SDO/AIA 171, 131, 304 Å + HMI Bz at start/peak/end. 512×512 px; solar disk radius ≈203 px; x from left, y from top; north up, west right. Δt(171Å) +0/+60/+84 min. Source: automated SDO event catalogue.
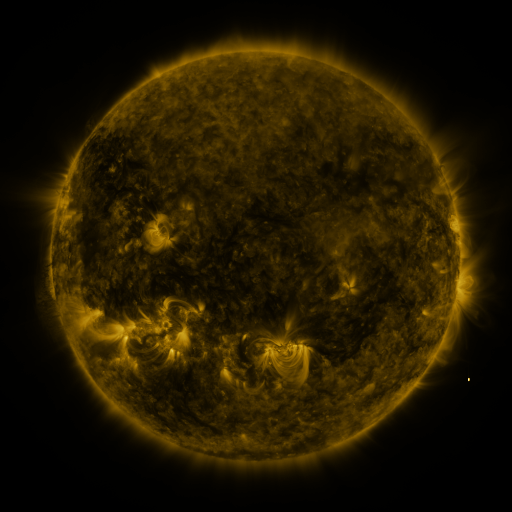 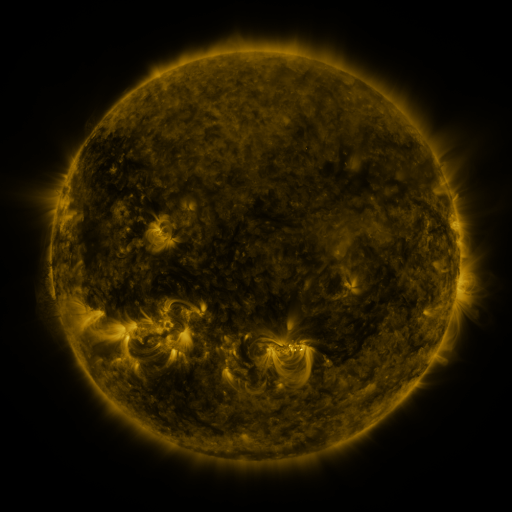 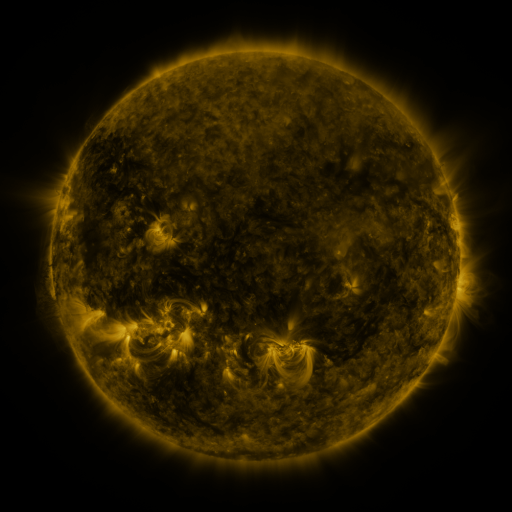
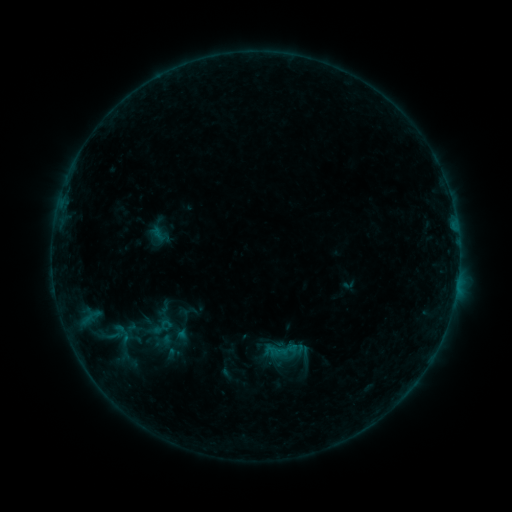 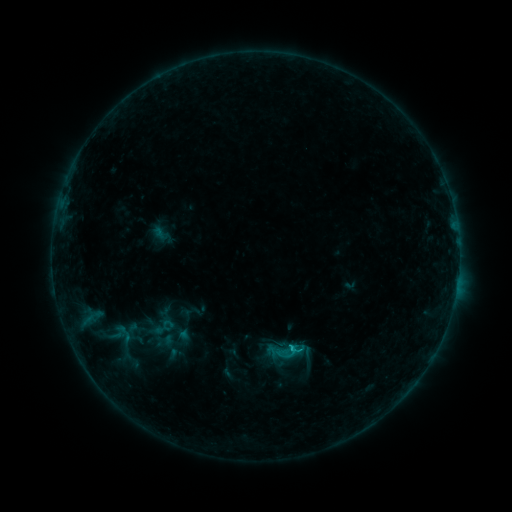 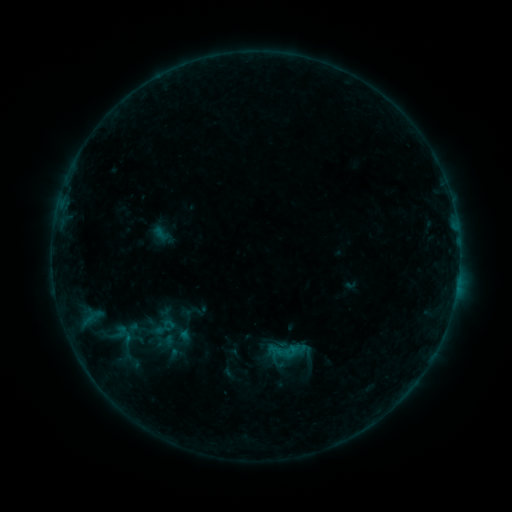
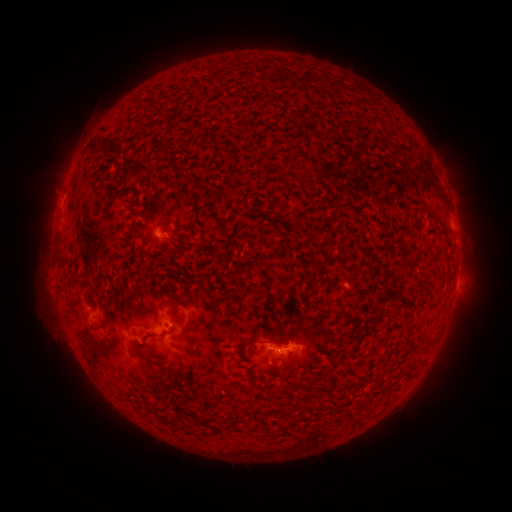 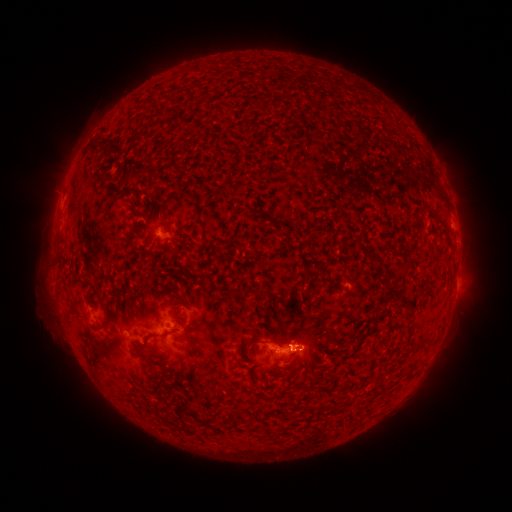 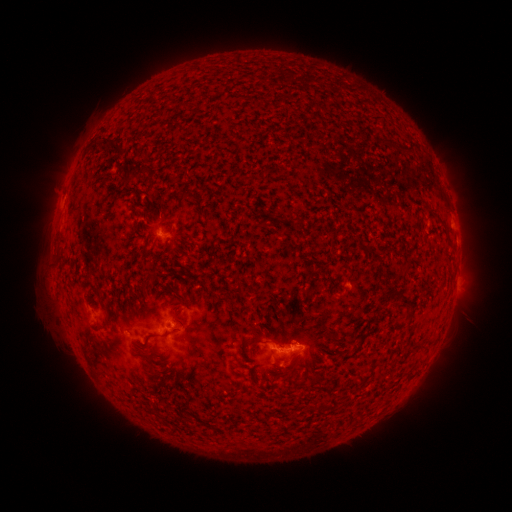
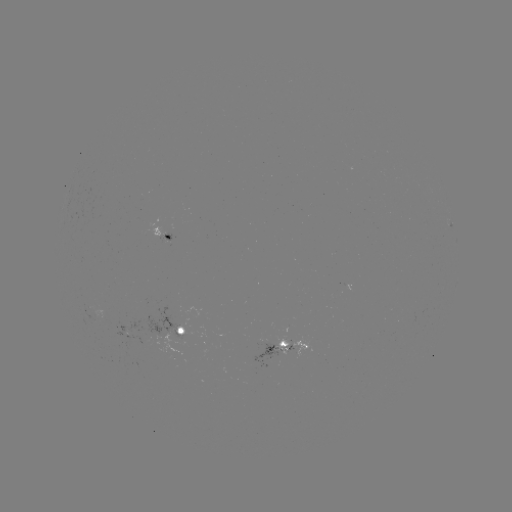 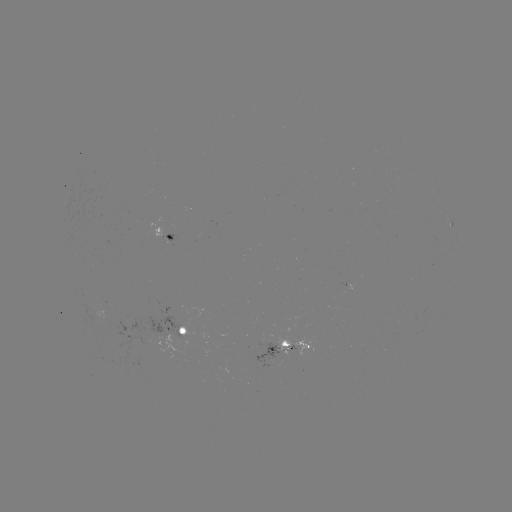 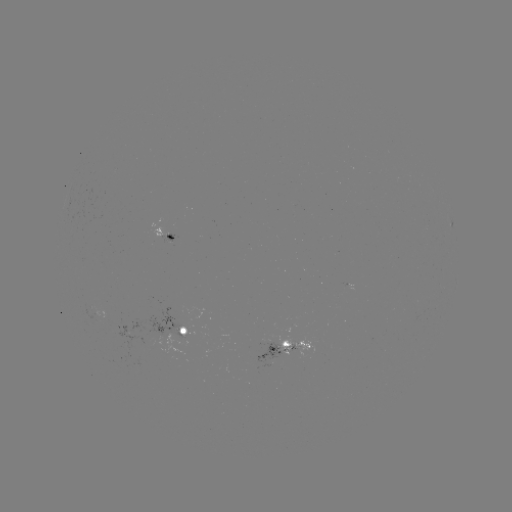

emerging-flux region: (256, 335, 277, 368)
